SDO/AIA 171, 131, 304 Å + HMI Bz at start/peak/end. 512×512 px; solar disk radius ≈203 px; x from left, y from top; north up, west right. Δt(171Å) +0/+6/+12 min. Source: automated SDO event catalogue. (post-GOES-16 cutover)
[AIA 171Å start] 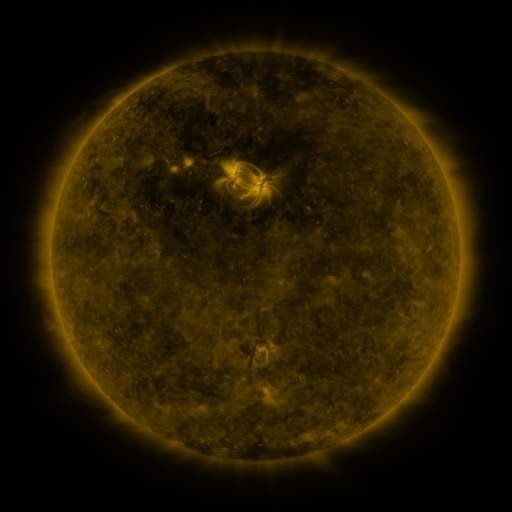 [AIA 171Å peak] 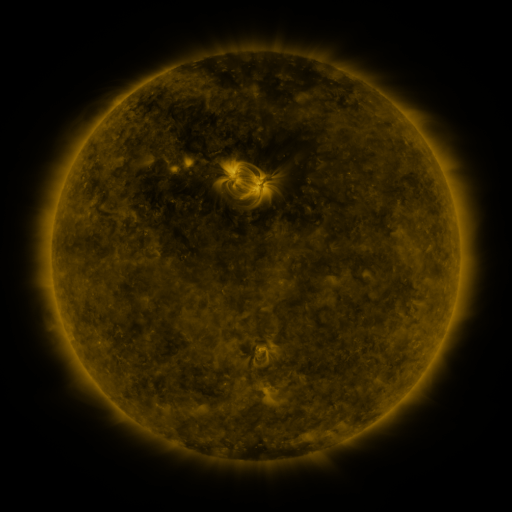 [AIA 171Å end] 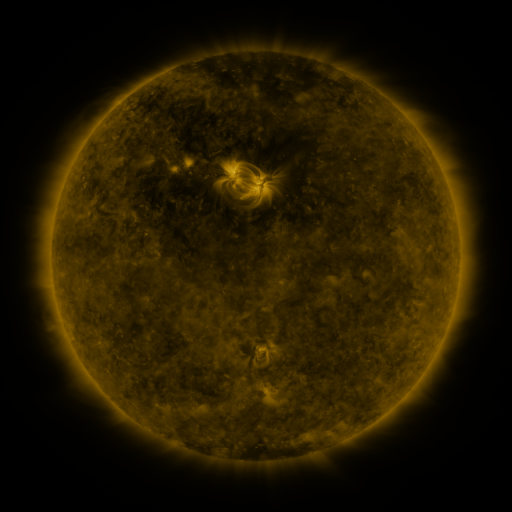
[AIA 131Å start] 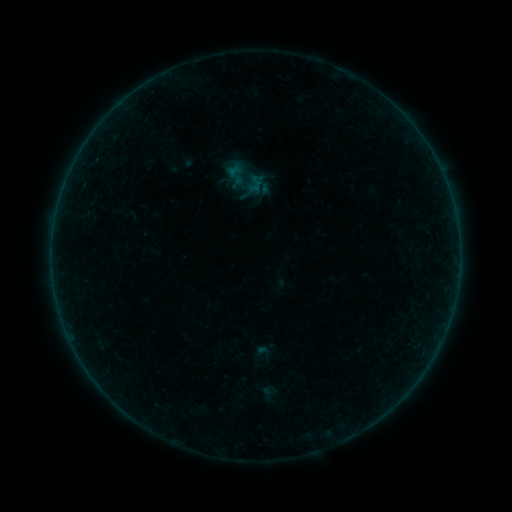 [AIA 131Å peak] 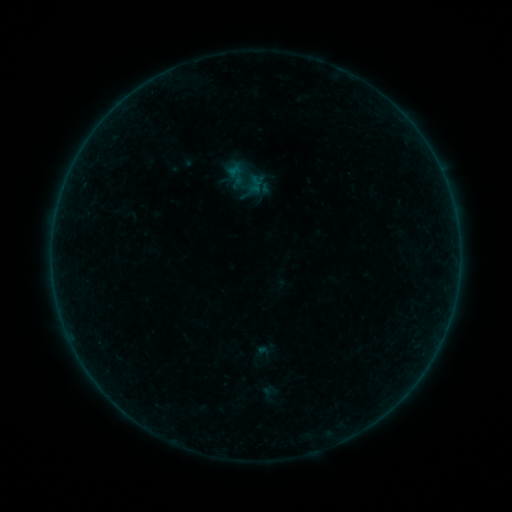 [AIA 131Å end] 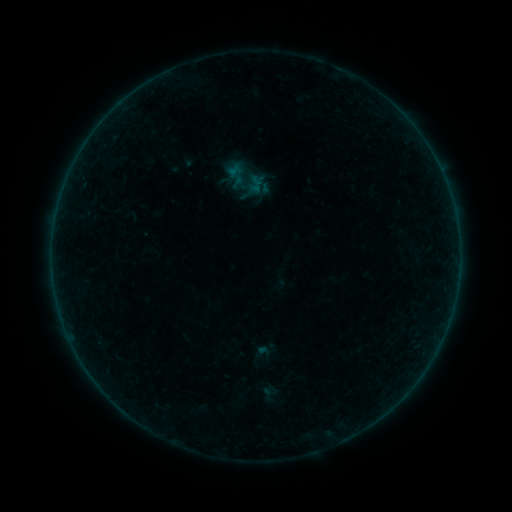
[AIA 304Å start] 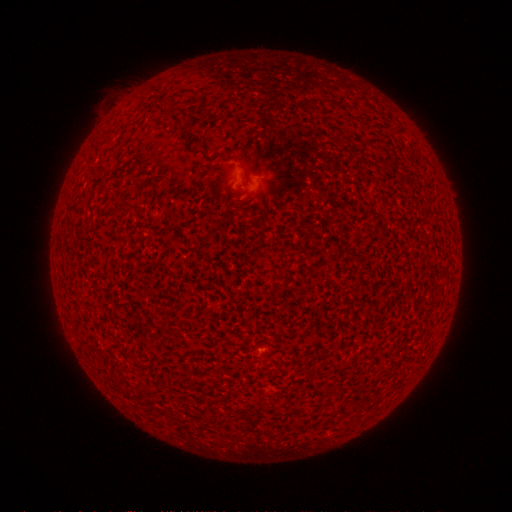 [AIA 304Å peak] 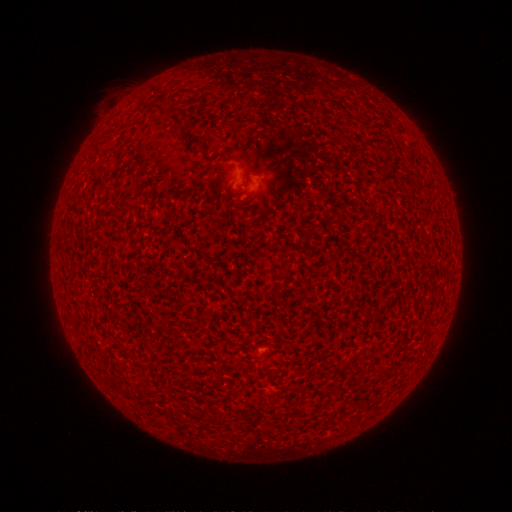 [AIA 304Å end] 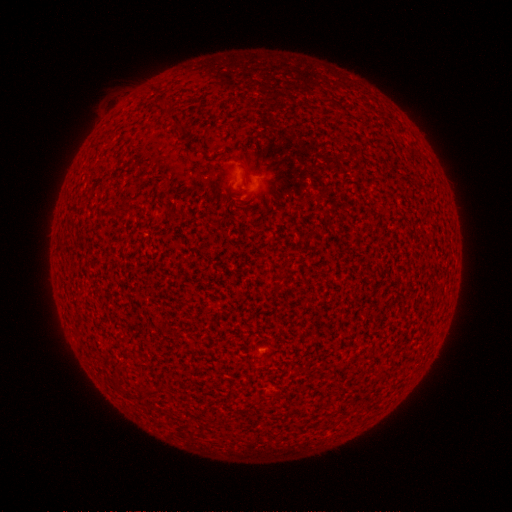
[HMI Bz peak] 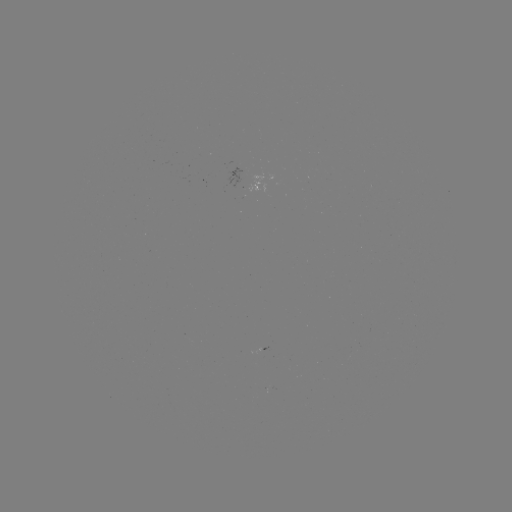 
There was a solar flare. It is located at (259, 351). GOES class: A5.4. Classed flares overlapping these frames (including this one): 2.